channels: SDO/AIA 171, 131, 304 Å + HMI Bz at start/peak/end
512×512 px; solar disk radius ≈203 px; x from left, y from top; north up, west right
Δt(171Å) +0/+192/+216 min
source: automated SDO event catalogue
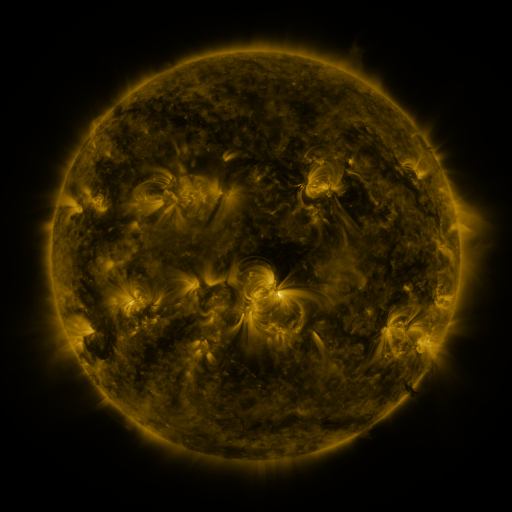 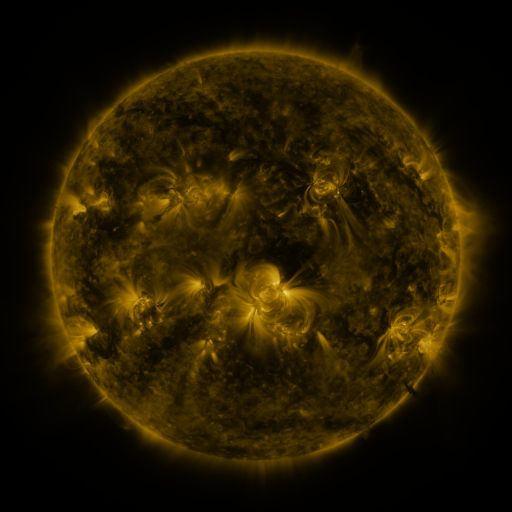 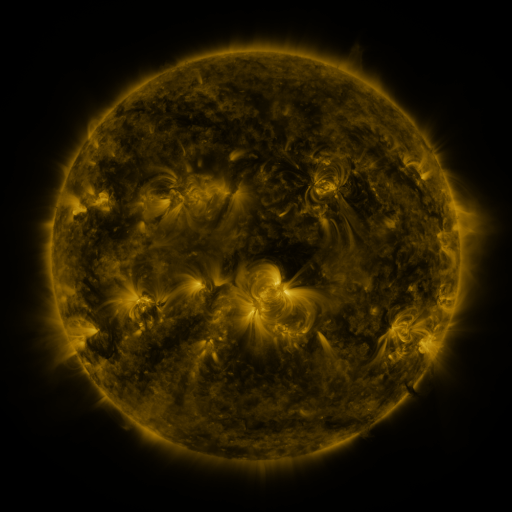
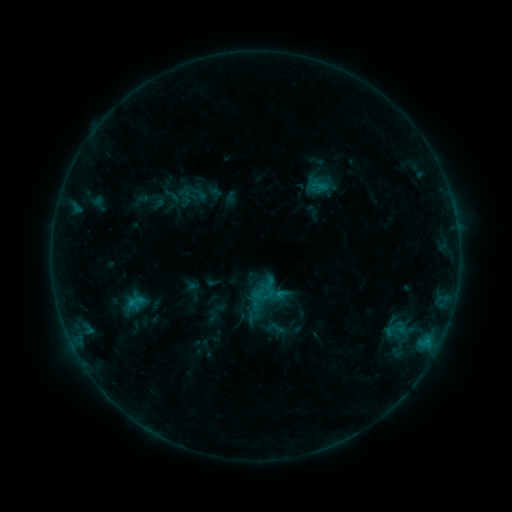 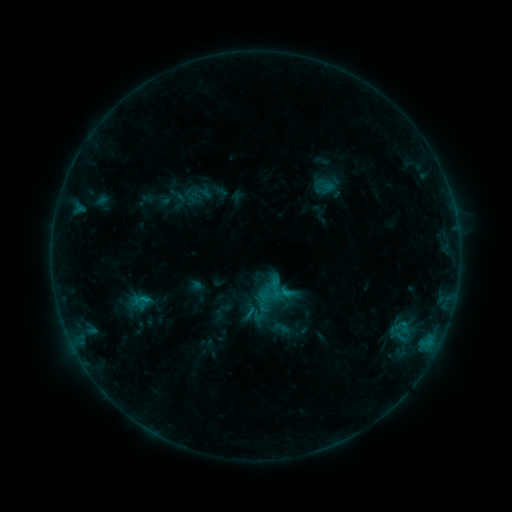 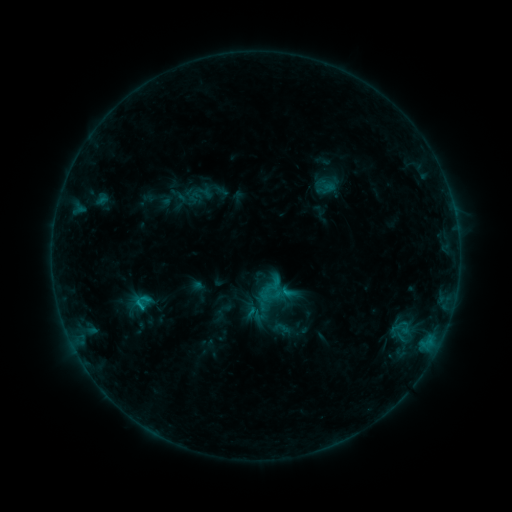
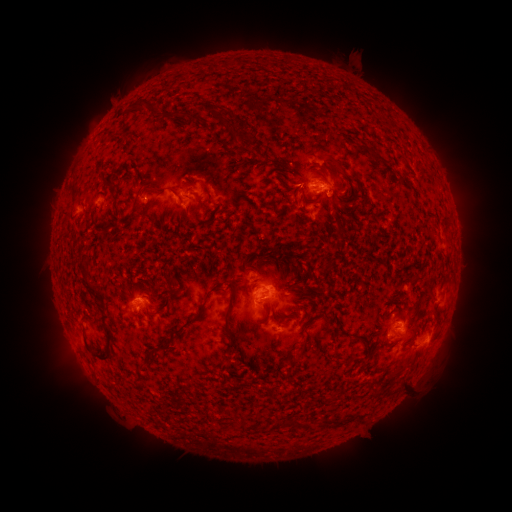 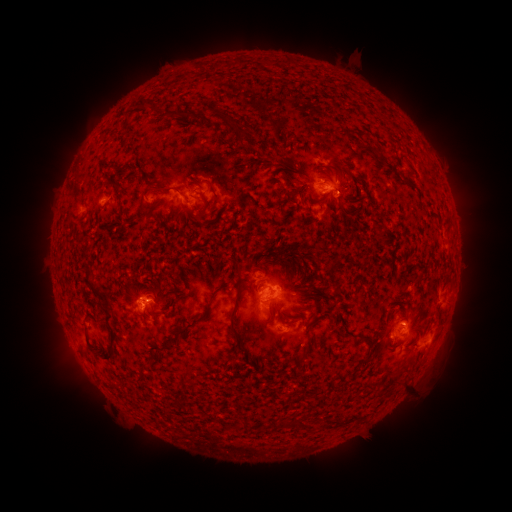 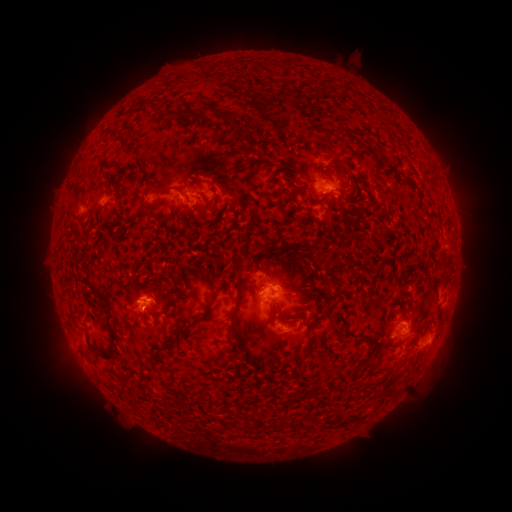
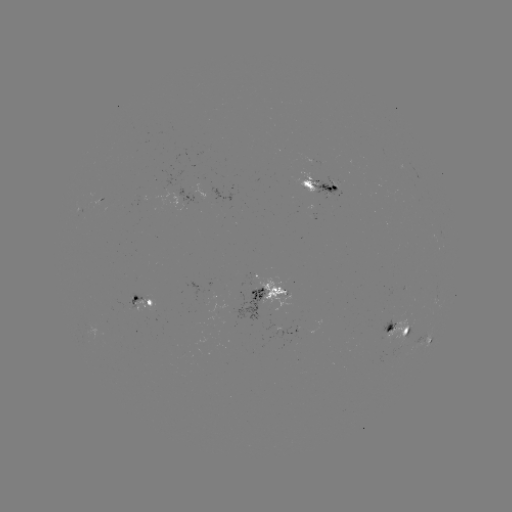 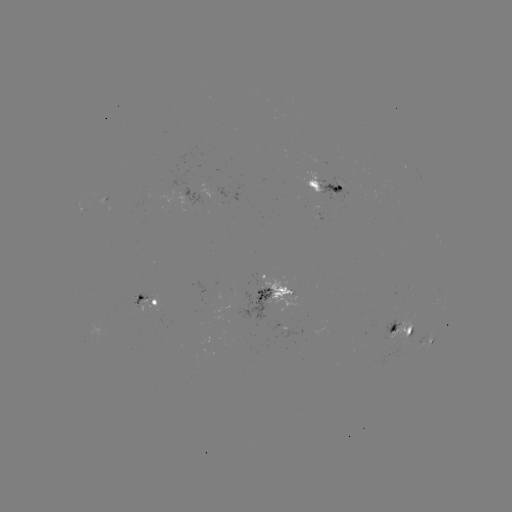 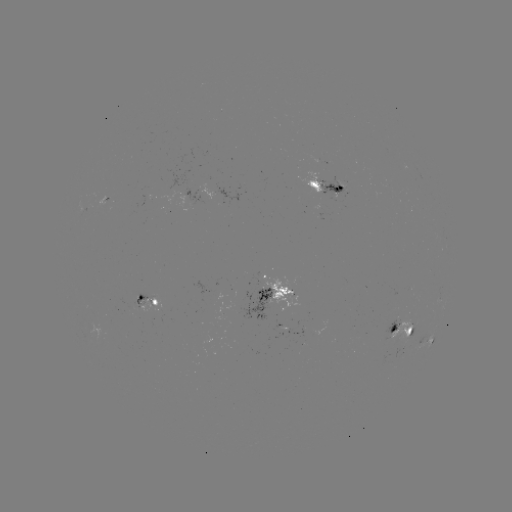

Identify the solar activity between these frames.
emerging-flux region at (389, 188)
